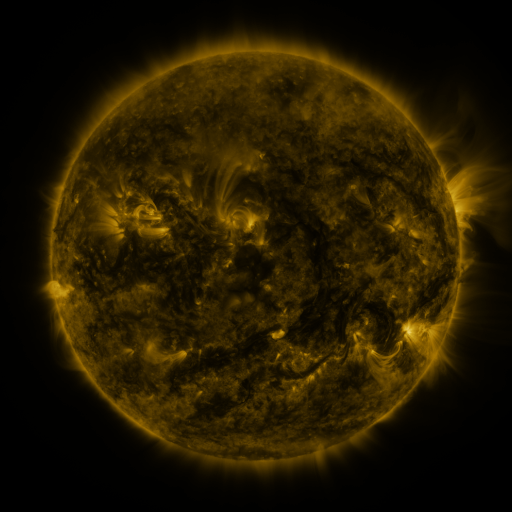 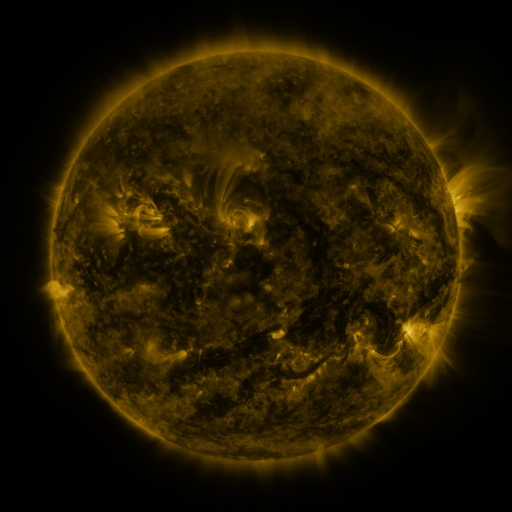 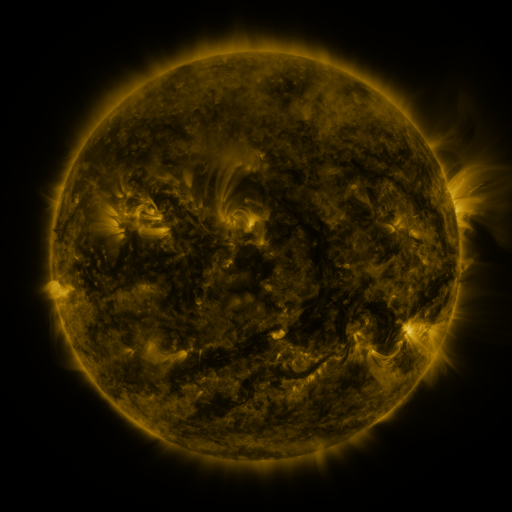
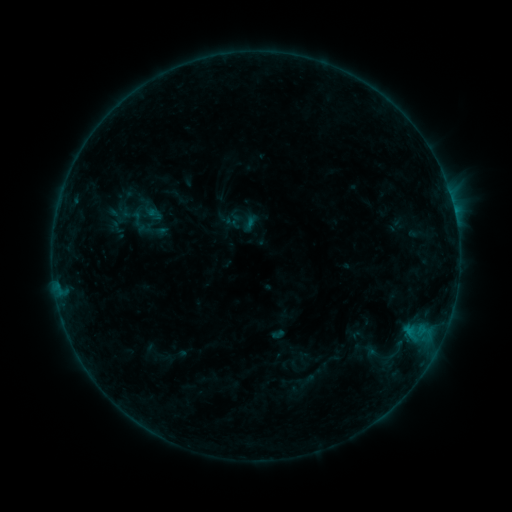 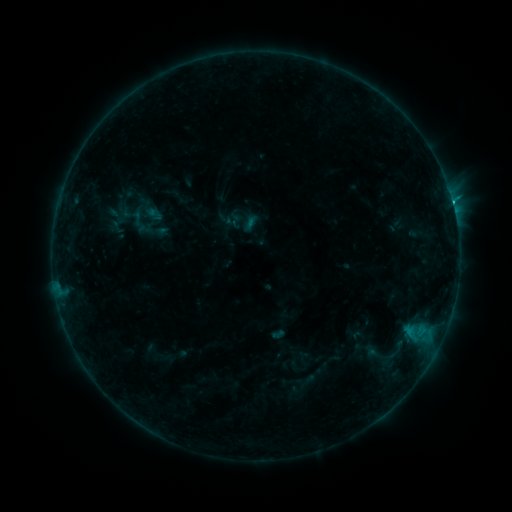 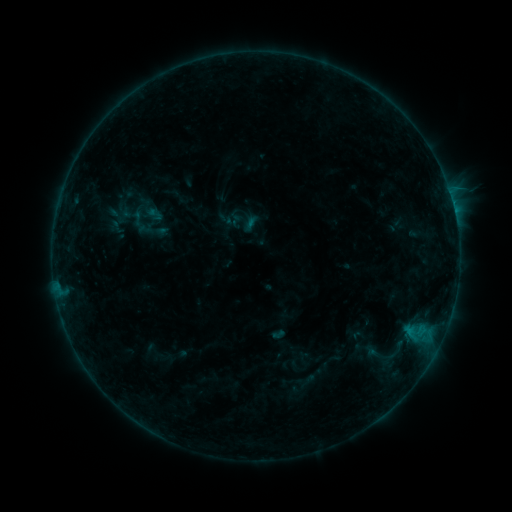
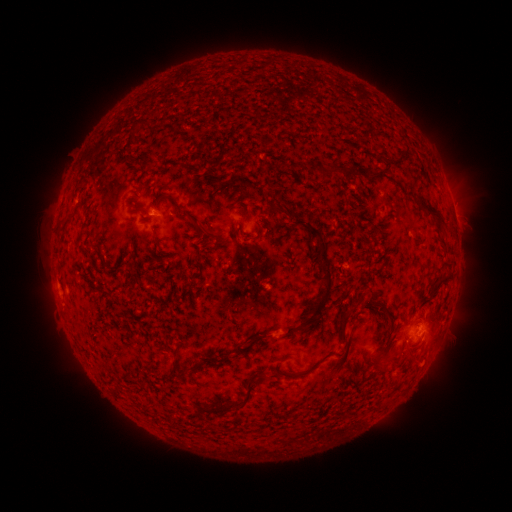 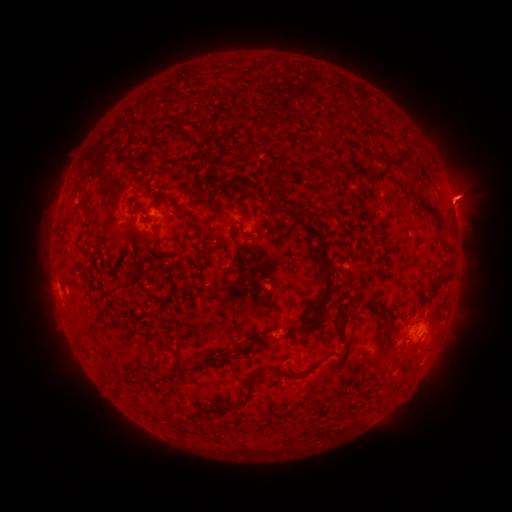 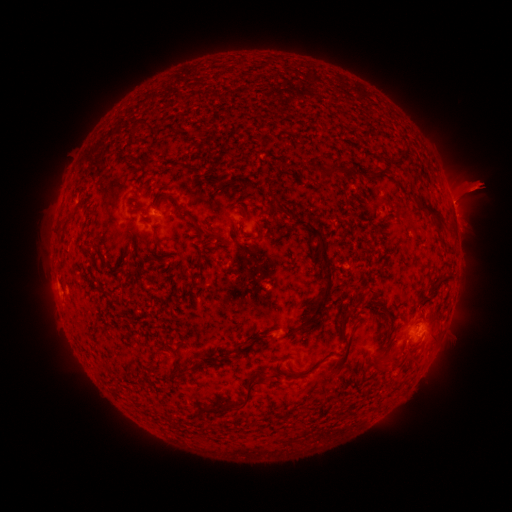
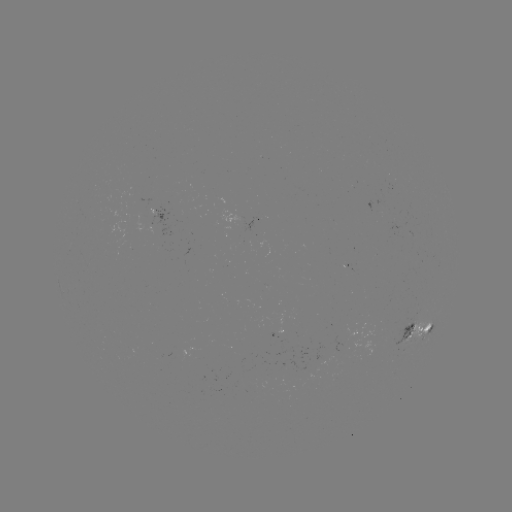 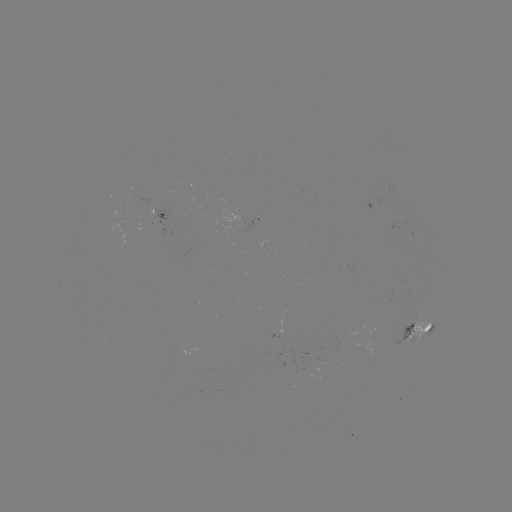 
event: eruption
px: (466, 191)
